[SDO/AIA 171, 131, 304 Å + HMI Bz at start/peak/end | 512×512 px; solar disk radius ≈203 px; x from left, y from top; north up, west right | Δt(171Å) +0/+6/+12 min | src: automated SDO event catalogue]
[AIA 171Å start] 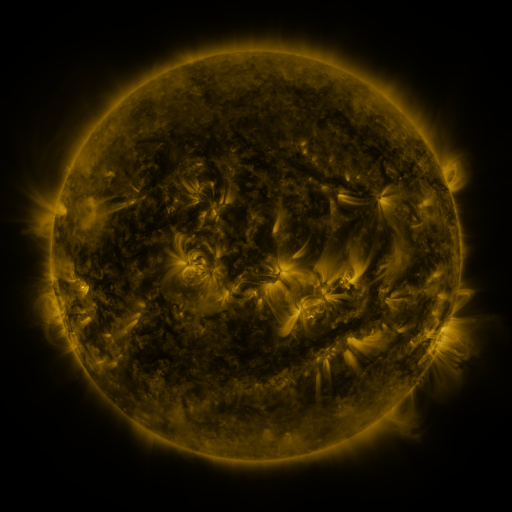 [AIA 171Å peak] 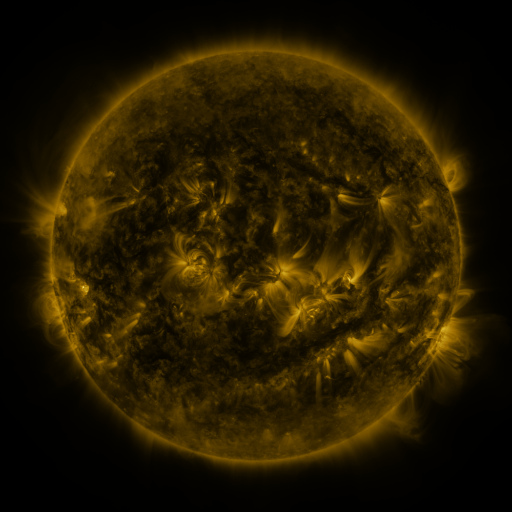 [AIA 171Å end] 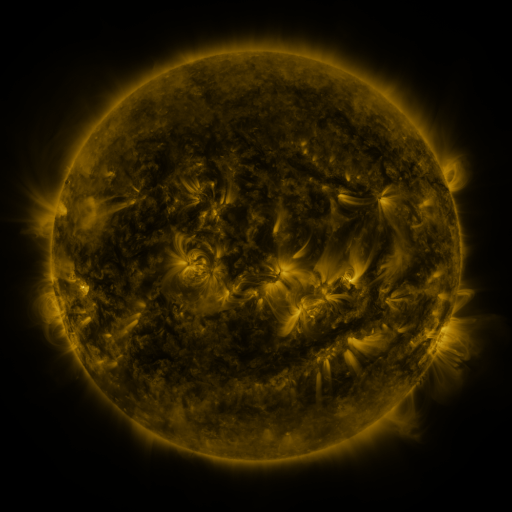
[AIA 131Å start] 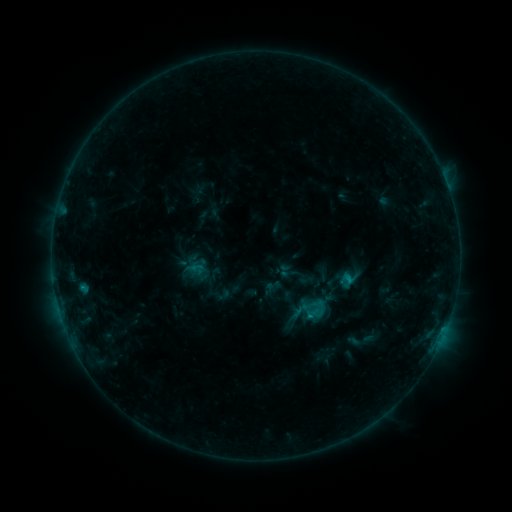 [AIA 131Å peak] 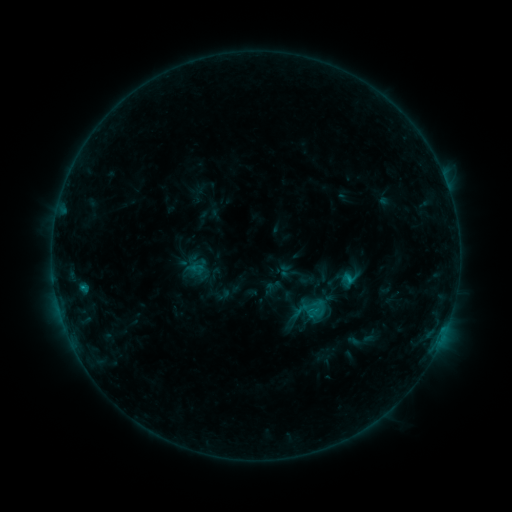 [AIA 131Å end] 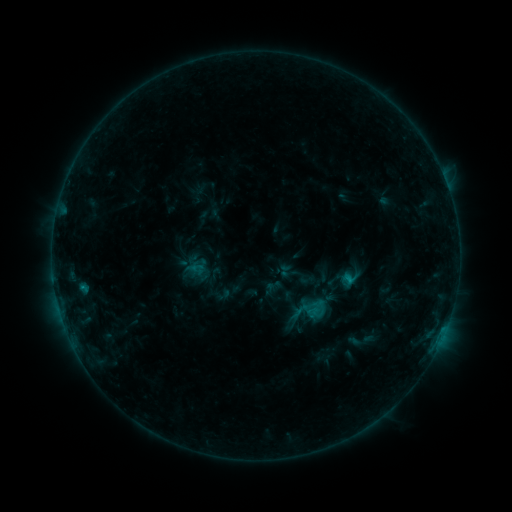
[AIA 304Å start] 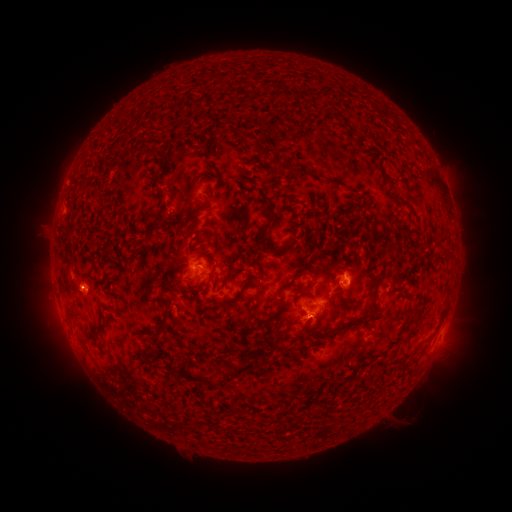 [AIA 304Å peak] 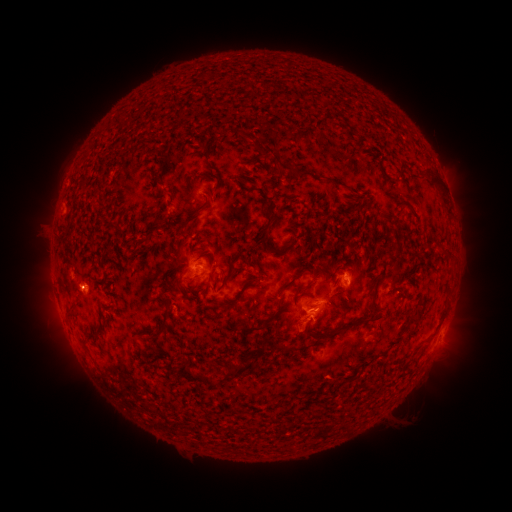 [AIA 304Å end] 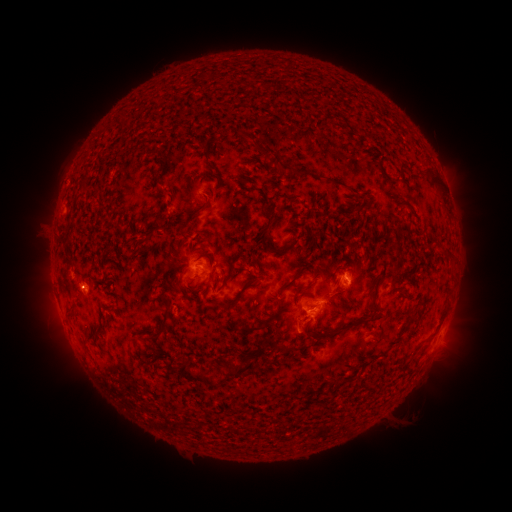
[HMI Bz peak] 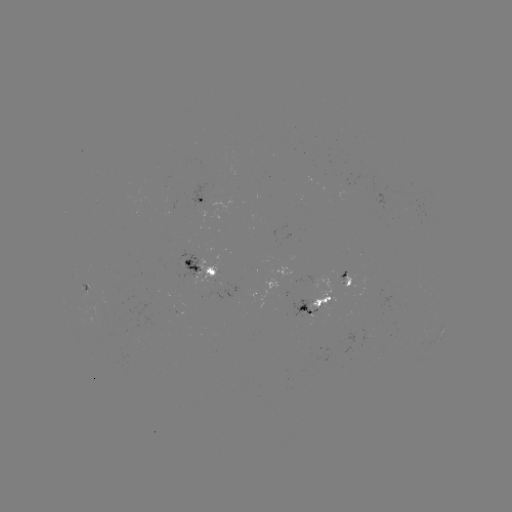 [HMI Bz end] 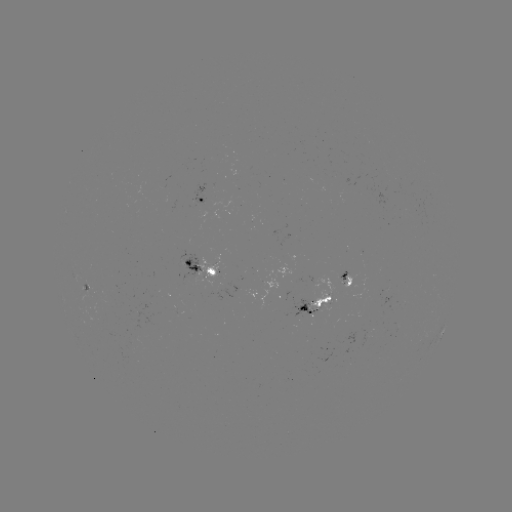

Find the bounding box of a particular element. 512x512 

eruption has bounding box [278, 314, 322, 353].